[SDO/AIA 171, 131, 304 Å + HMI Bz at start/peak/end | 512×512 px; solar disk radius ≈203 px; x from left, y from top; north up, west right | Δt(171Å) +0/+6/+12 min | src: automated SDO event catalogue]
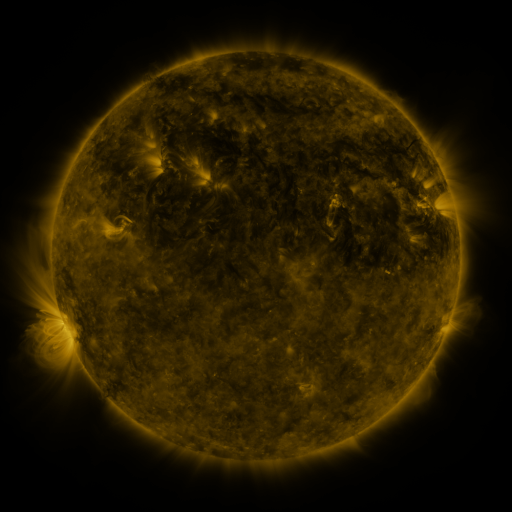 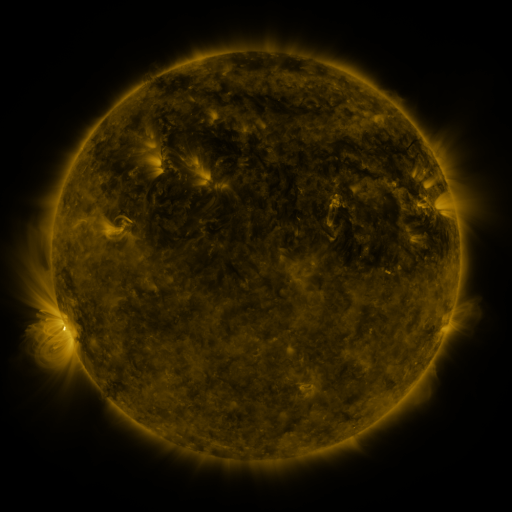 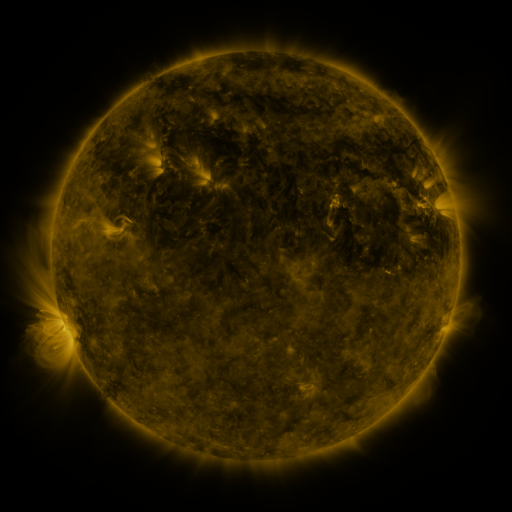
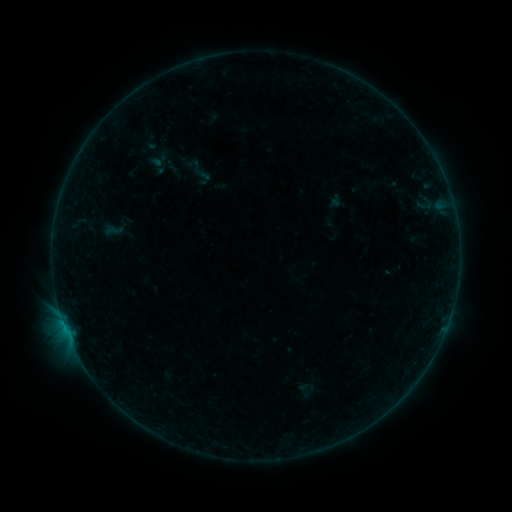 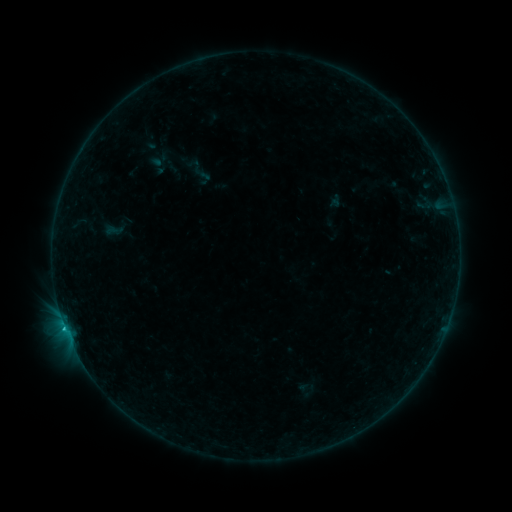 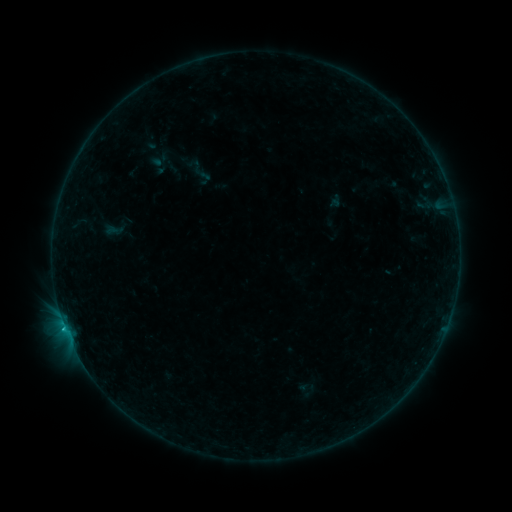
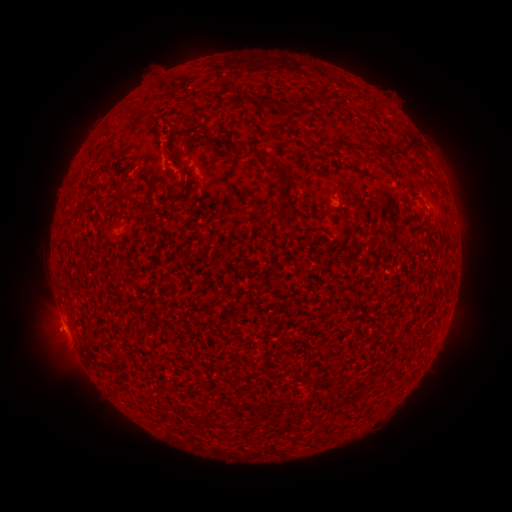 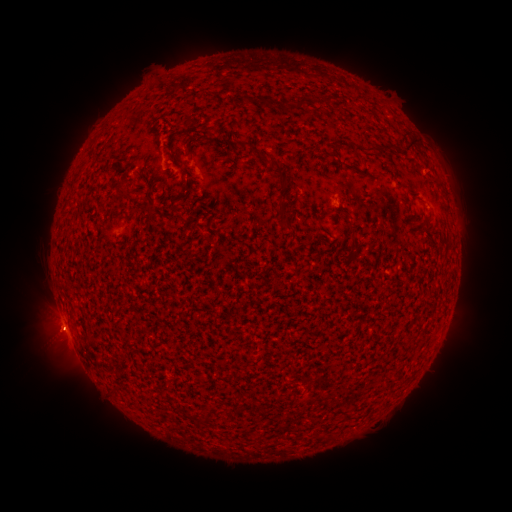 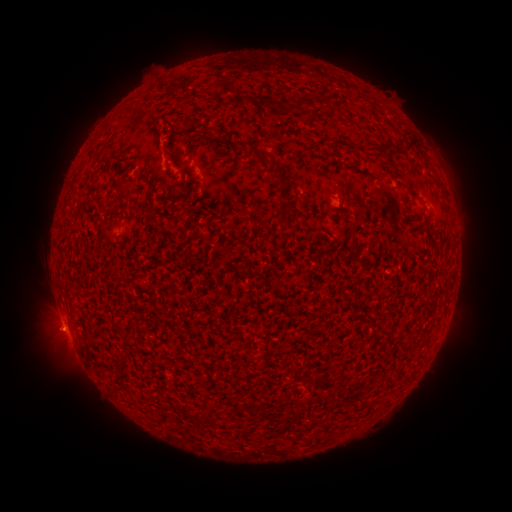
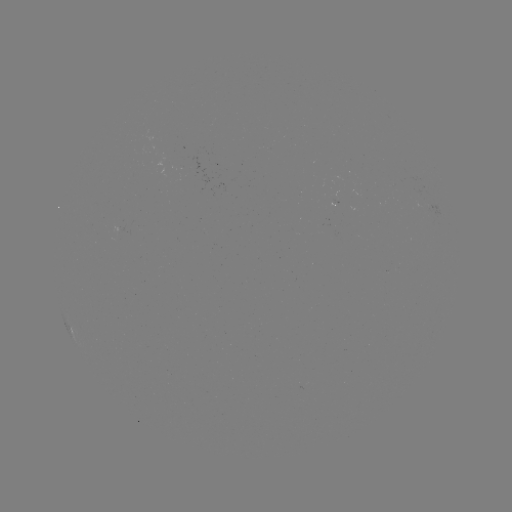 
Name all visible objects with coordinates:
B4.3 flare: (65, 326)
